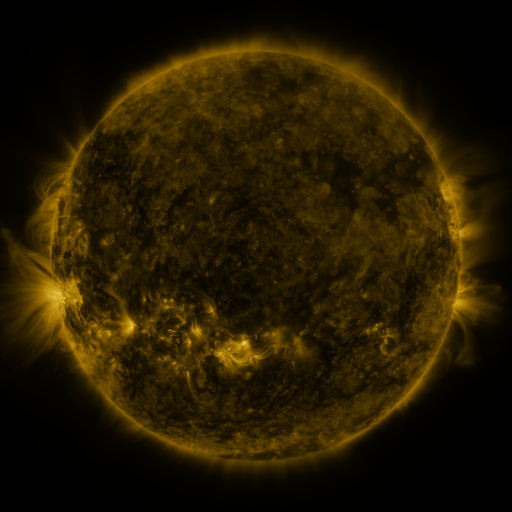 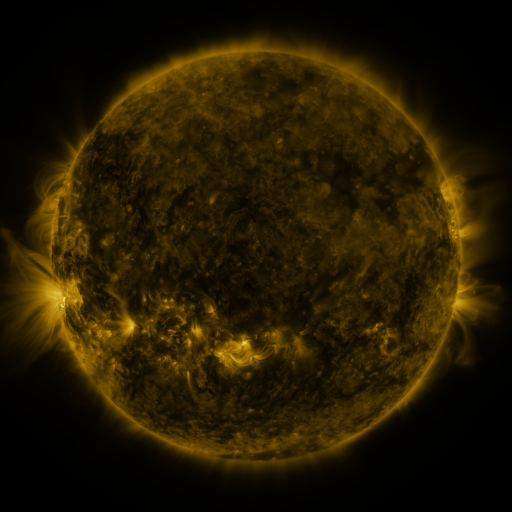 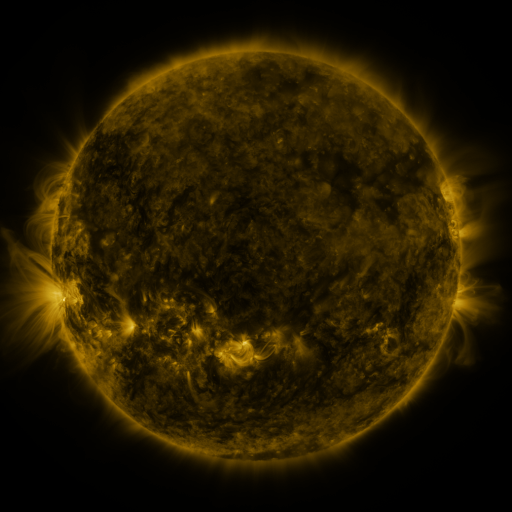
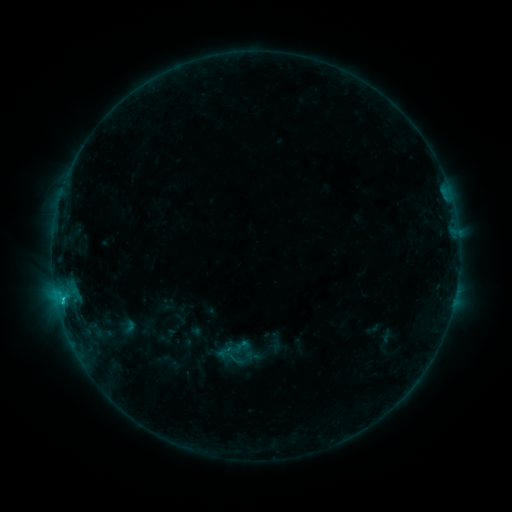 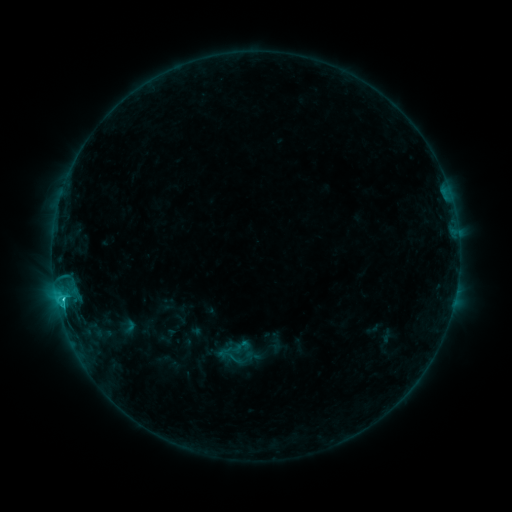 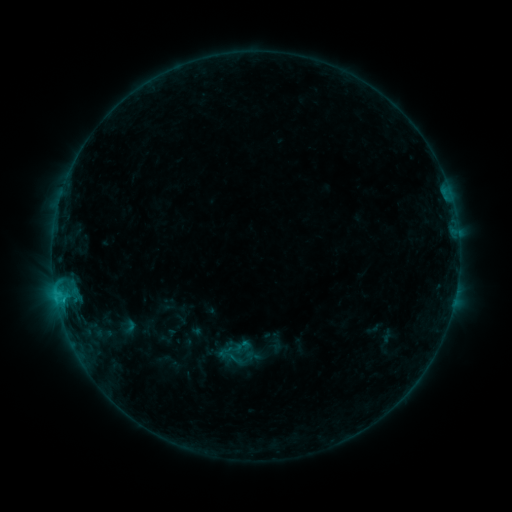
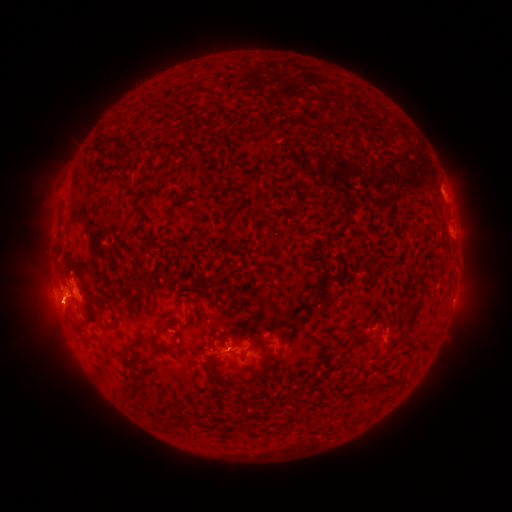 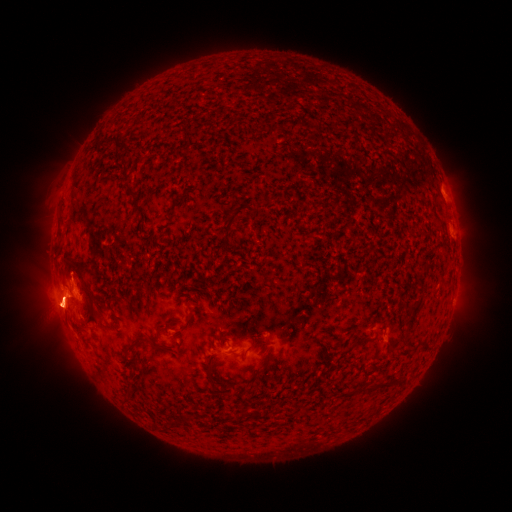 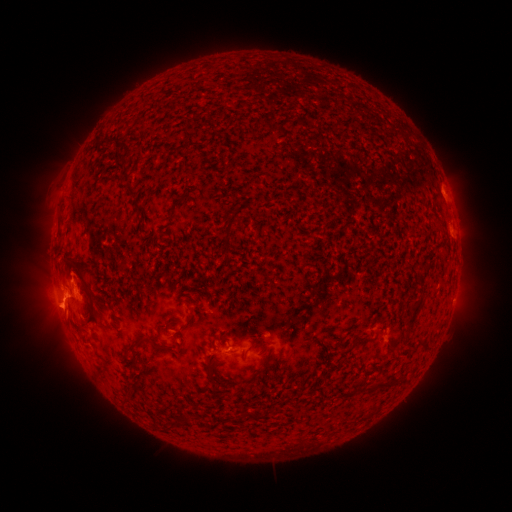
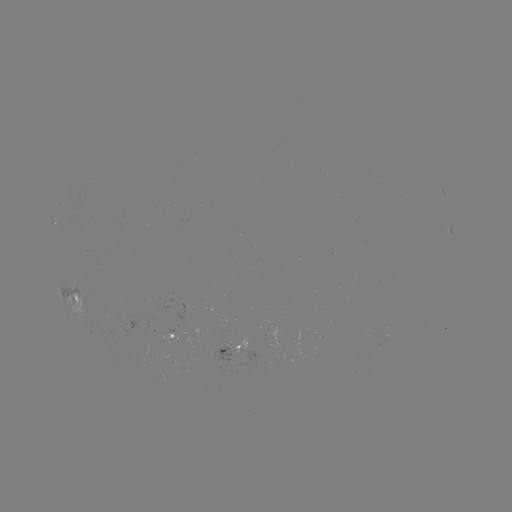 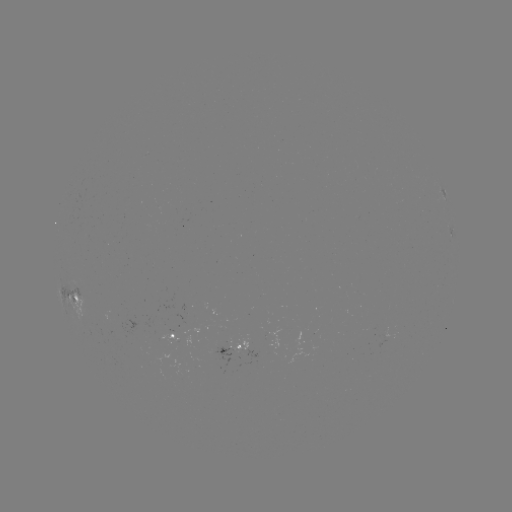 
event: eruption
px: (56, 313)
